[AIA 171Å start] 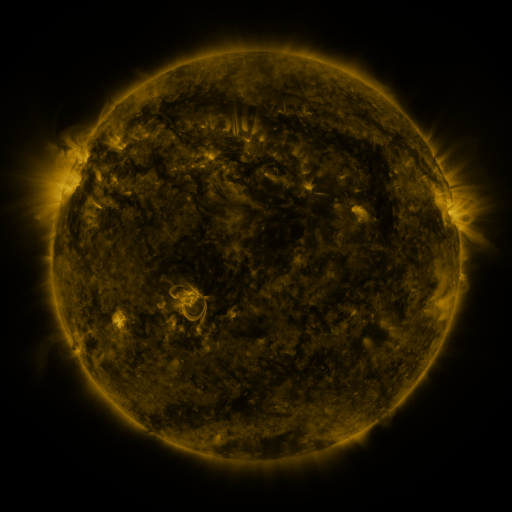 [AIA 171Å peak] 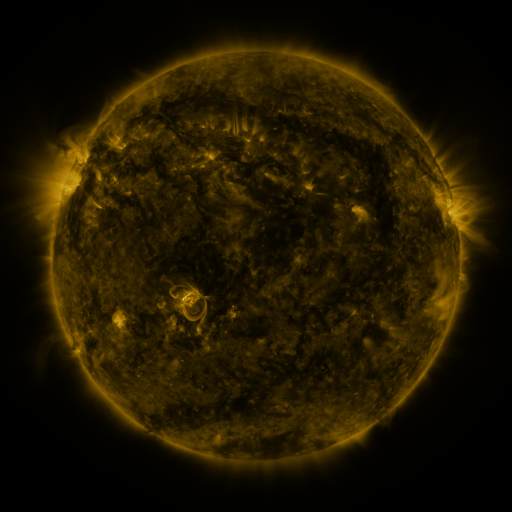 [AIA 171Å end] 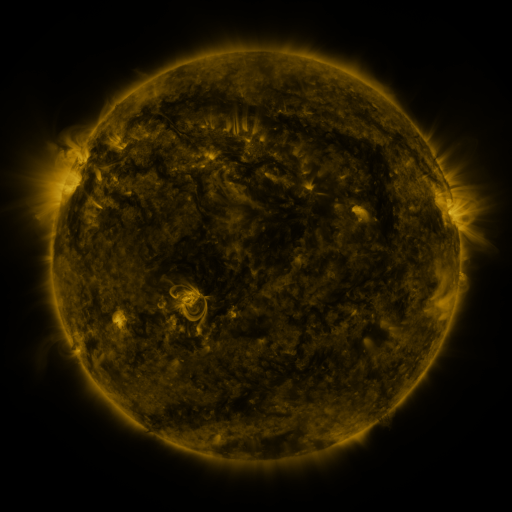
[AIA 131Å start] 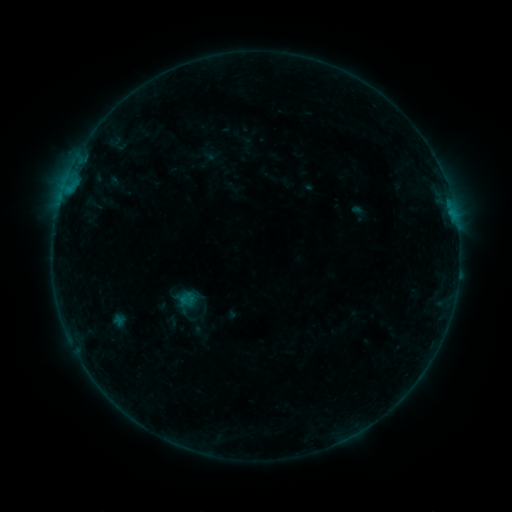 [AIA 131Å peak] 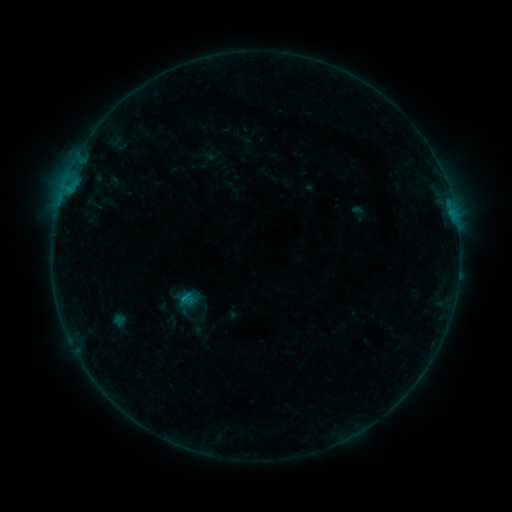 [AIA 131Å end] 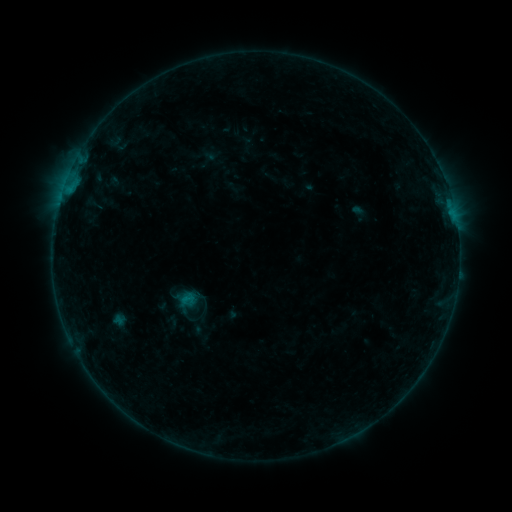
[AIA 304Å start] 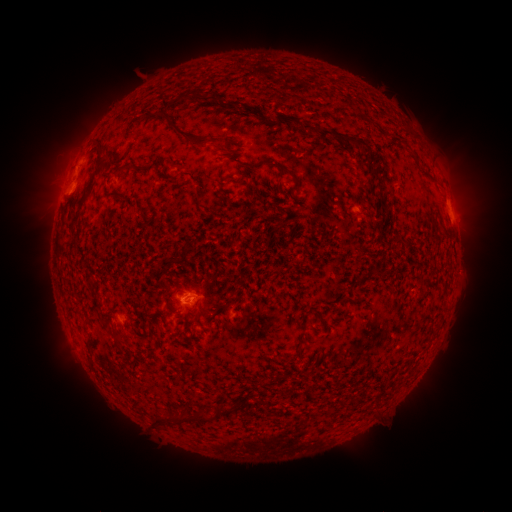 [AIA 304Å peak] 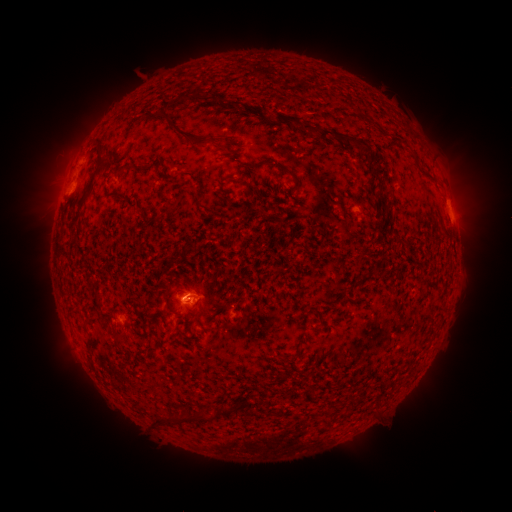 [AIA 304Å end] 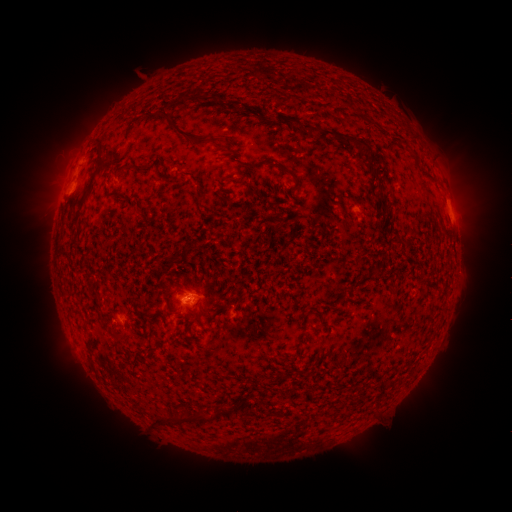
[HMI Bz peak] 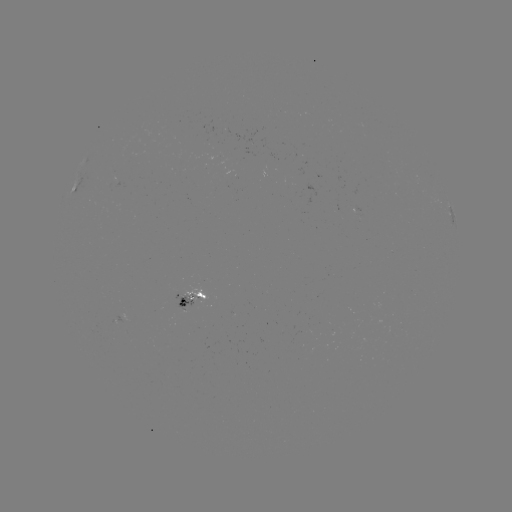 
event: flare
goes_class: B3.2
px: (186, 297)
